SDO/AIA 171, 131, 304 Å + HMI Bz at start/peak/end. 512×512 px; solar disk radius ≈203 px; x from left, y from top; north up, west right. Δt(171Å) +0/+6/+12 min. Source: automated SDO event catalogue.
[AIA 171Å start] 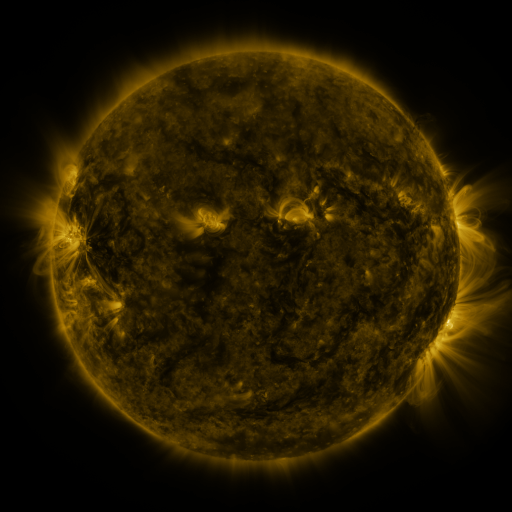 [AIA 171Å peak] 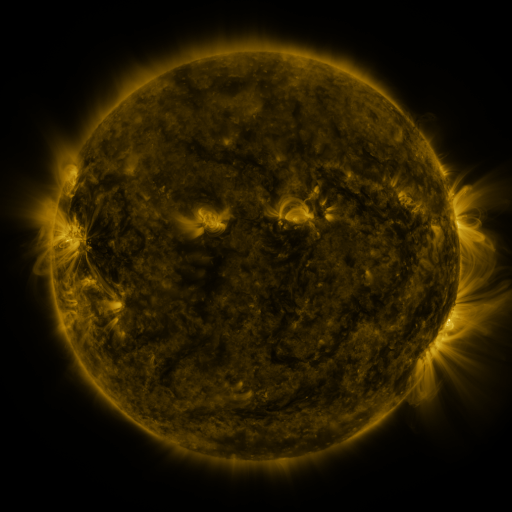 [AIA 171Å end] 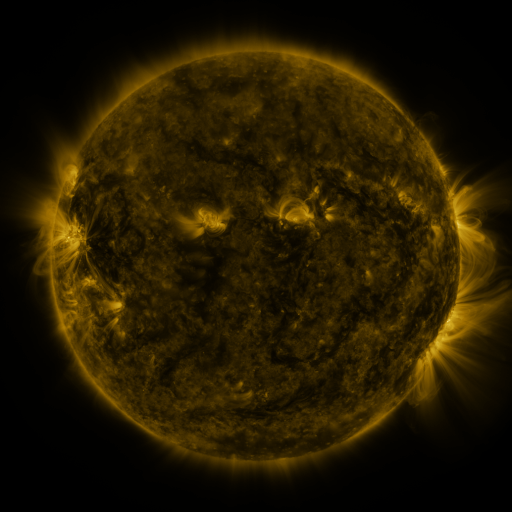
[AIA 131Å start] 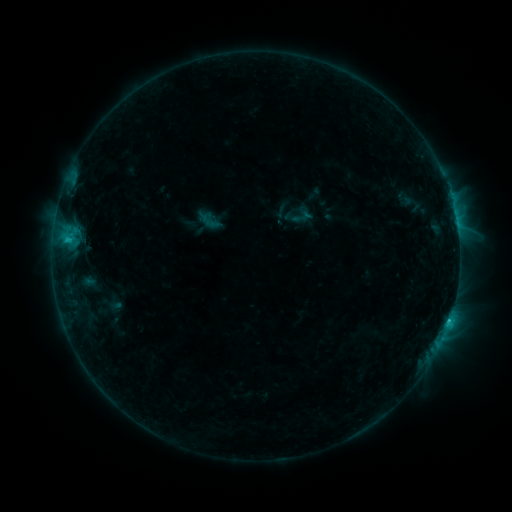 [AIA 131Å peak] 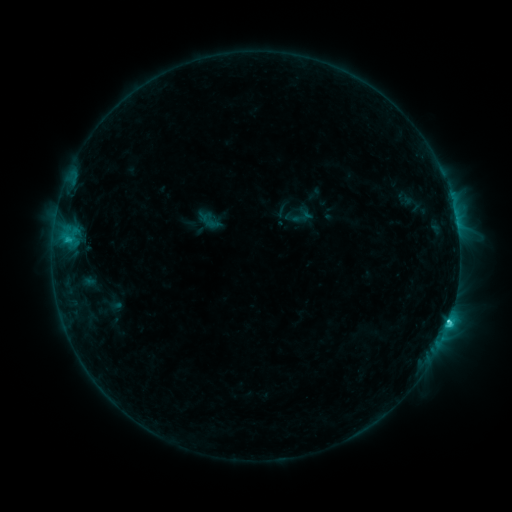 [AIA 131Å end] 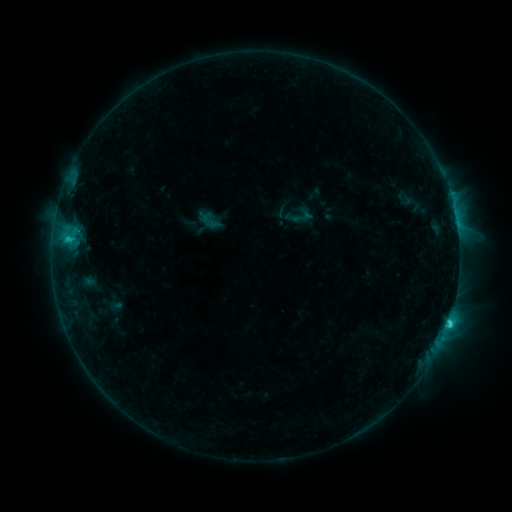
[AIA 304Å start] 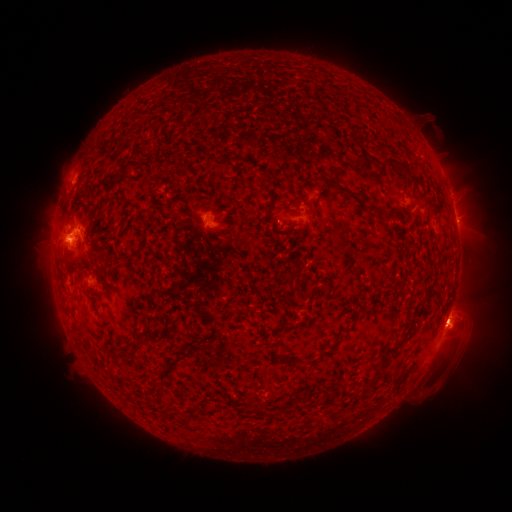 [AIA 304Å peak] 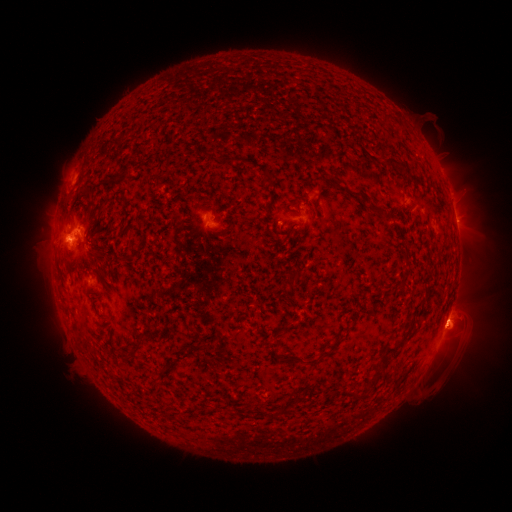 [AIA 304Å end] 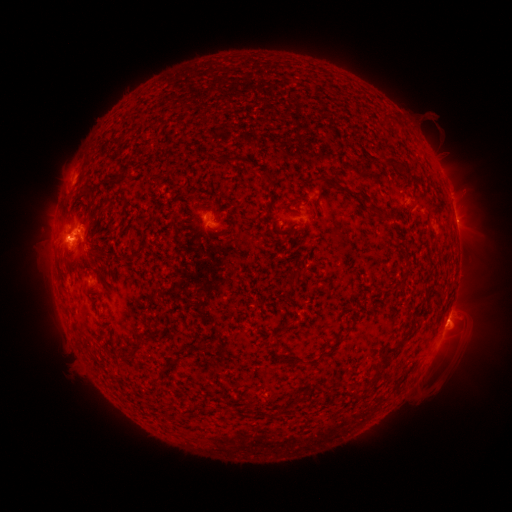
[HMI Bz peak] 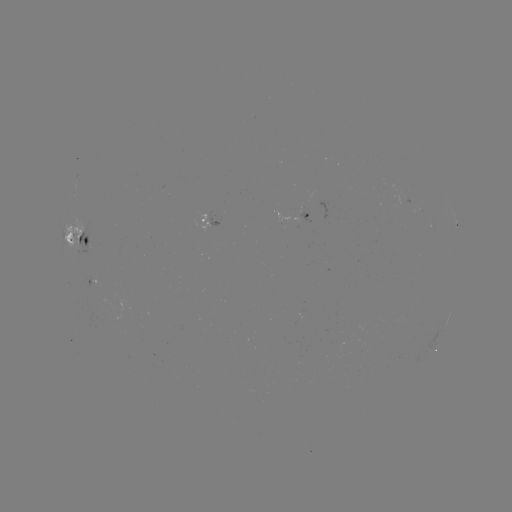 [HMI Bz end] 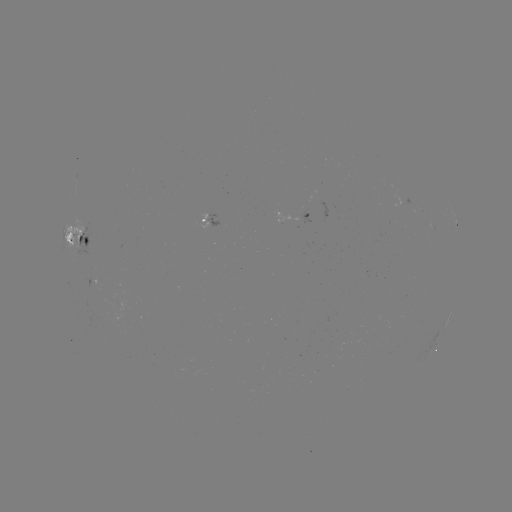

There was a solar flare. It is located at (446, 321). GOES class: C3.1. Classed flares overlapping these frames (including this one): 1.